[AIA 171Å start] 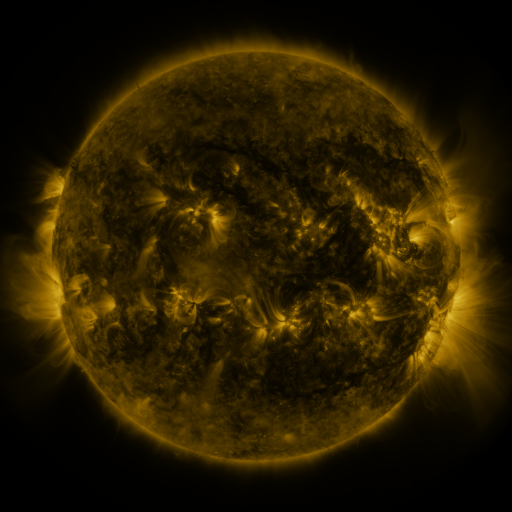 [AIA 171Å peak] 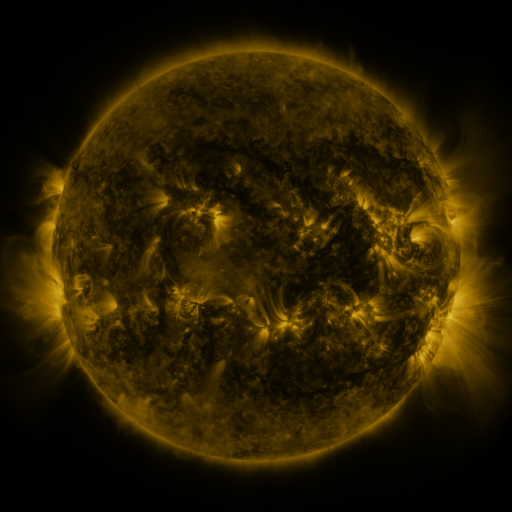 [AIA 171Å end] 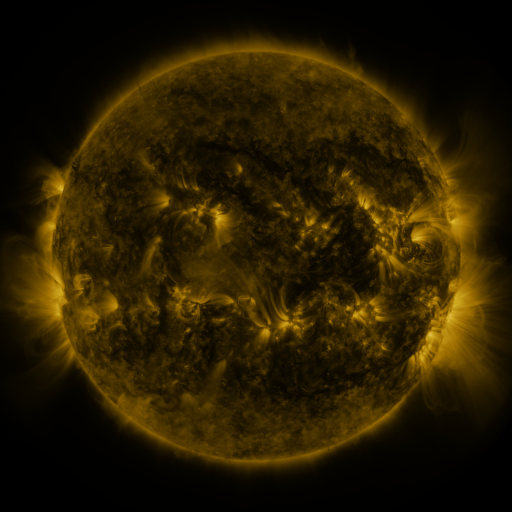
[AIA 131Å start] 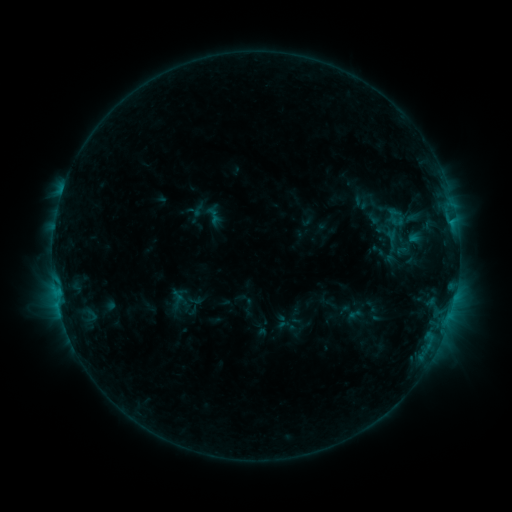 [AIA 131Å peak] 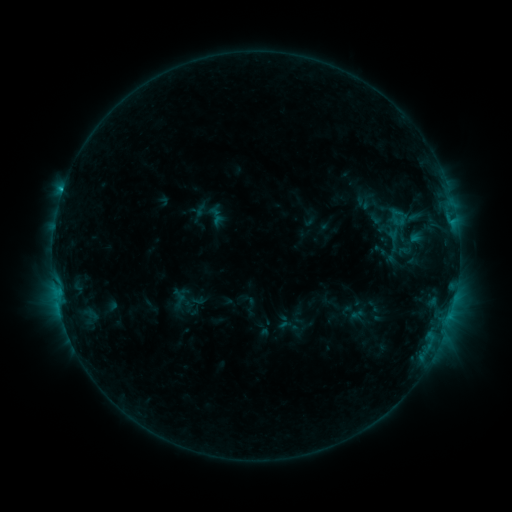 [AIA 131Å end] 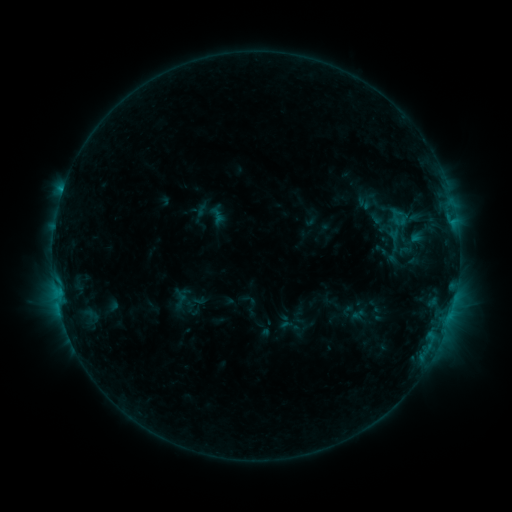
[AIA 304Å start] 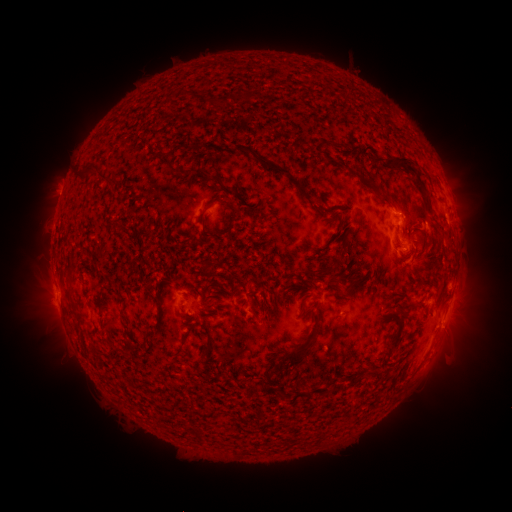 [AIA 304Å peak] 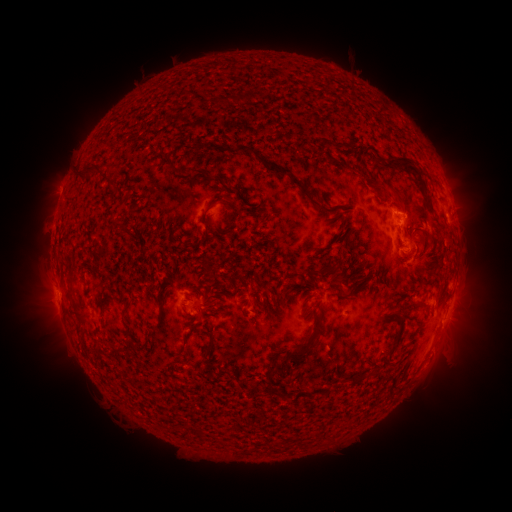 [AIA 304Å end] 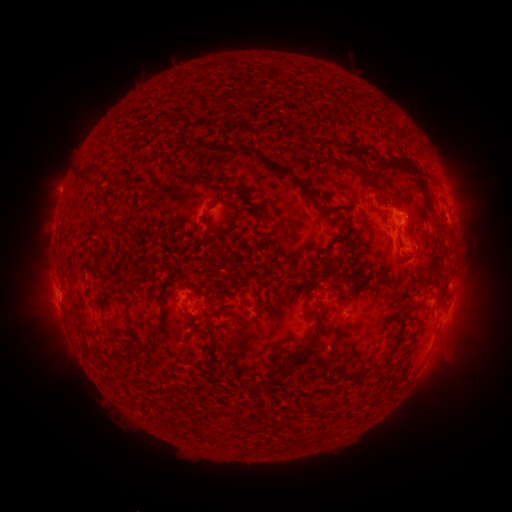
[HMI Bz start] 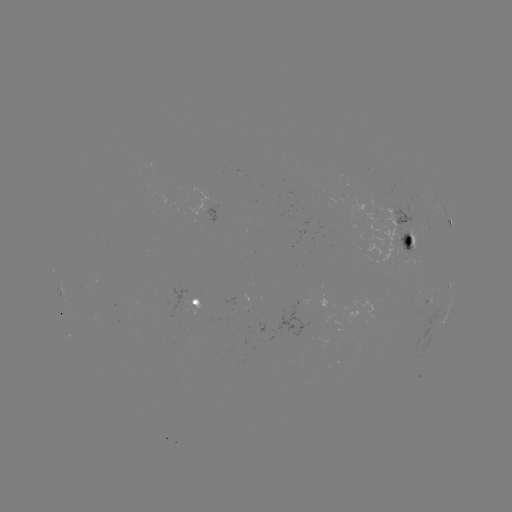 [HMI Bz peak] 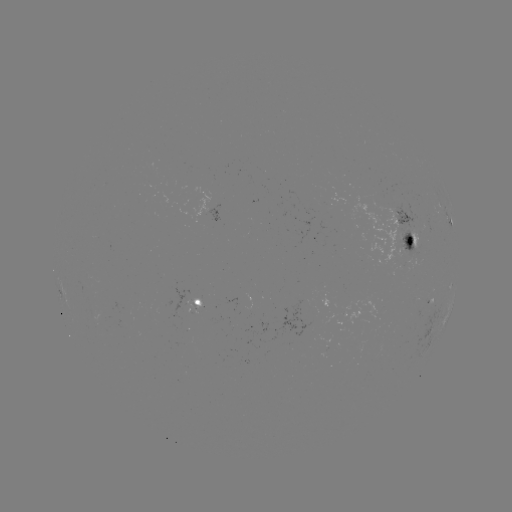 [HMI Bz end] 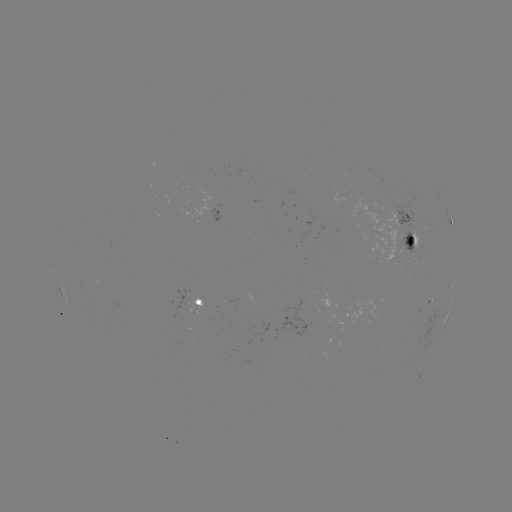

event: emerging-flux region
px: (407, 247)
